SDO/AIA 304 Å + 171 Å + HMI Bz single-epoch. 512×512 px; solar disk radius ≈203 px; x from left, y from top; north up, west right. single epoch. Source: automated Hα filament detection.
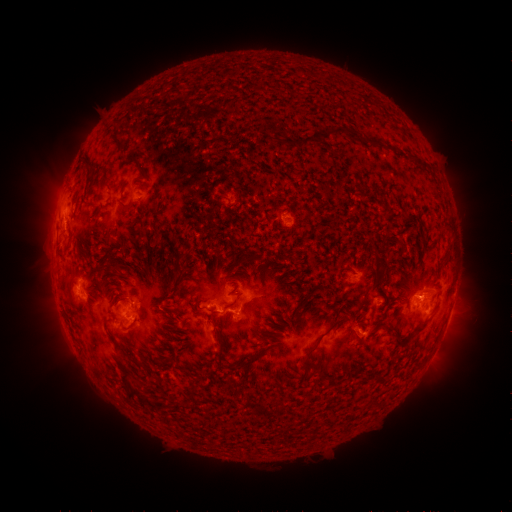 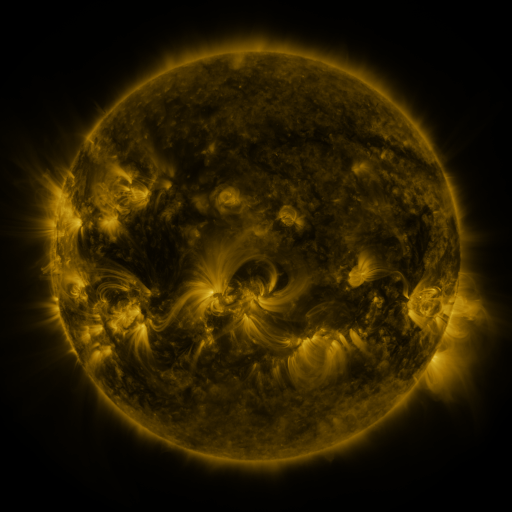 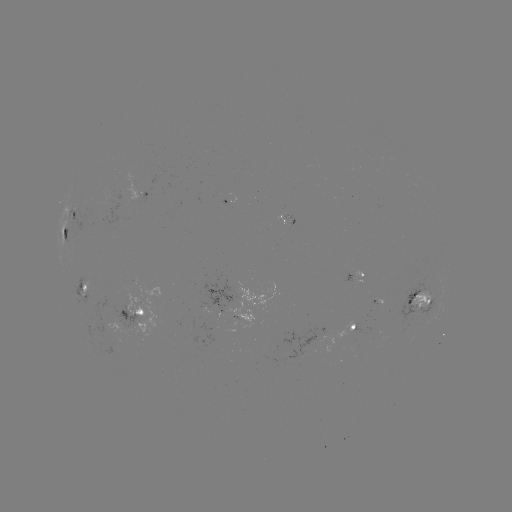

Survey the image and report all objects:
filament: <bbox>374, 101, 382, 111</bbox>
filament: <bbox>321, 127, 371, 148</bbox>
filament: <bbox>297, 136, 313, 149</bbox>
filament: <bbox>116, 137, 124, 149</bbox>
filament: <bbox>281, 139, 293, 146</bbox>
filament: <bbox>378, 144, 387, 151</bbox>
filament: <bbox>83, 155, 93, 172</bbox>
filament: <bbox>137, 161, 146, 172</bbox>
filament: <bbox>268, 206, 281, 215</bbox>
filament: <bbox>369, 270, 385, 293</bbox>
filament: <bbox>63, 277, 73, 289</bbox>
filament: <bbox>299, 317, 346, 365</bbox>
filament: <bbox>414, 323, 427, 334</bbox>
filament: <bbox>381, 326, 393, 339</bbox>
filament: <bbox>400, 332, 413, 344</bbox>
filament: <bbox>215, 343, 223, 364</bbox>
filament: <bbox>236, 347, 267, 367</bbox>
filament: <bbox>113, 354, 164, 407</bbox>
filament: <bbox>180, 367, 193, 379</bbox>
filament: <bbox>189, 383, 198, 396</bbox>
